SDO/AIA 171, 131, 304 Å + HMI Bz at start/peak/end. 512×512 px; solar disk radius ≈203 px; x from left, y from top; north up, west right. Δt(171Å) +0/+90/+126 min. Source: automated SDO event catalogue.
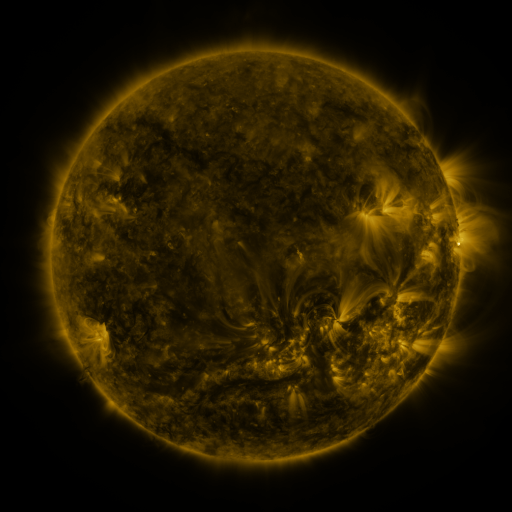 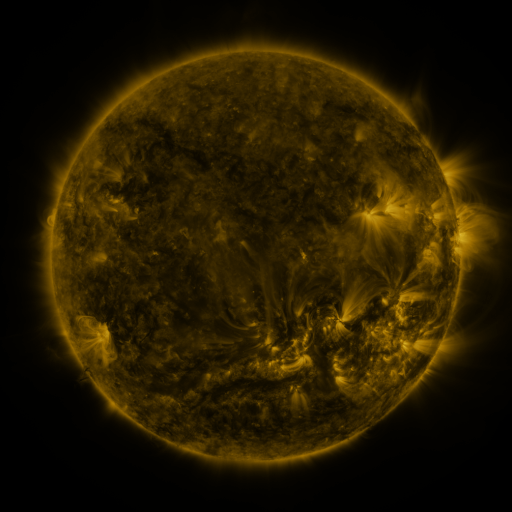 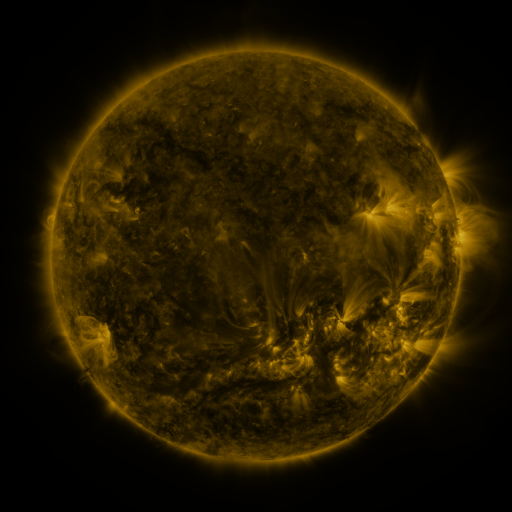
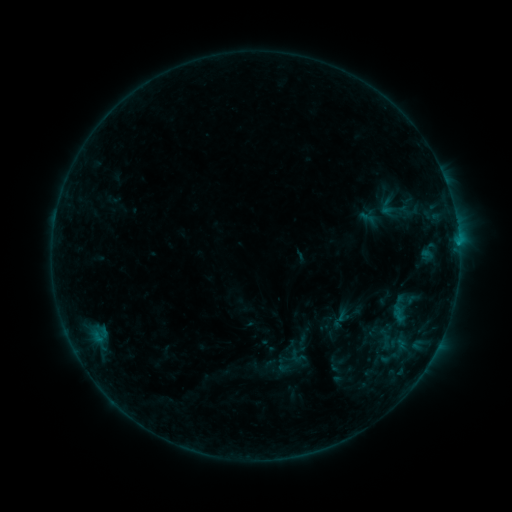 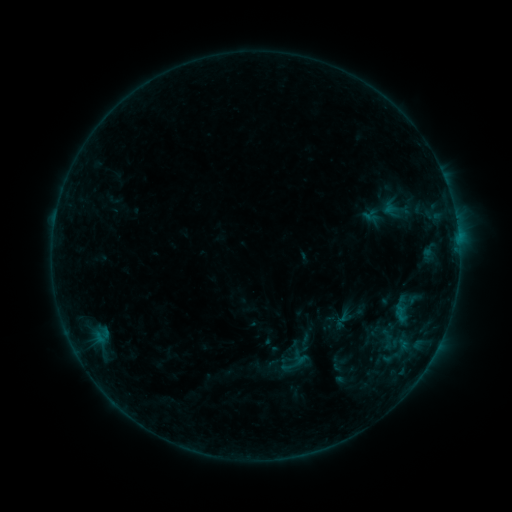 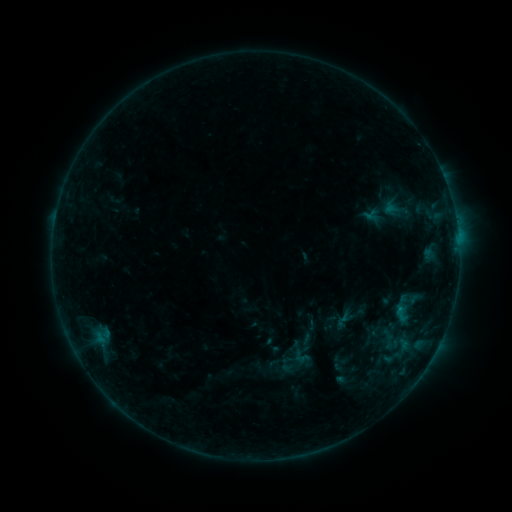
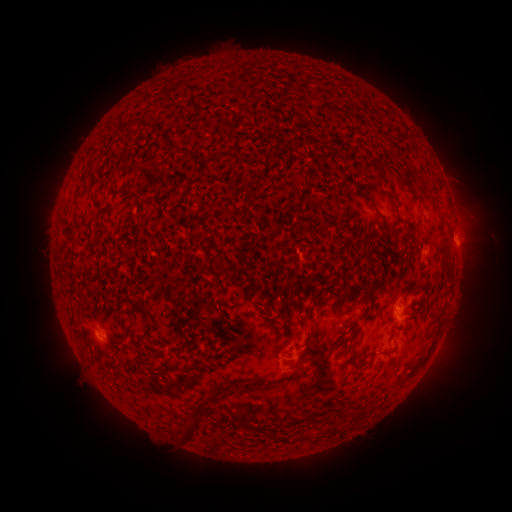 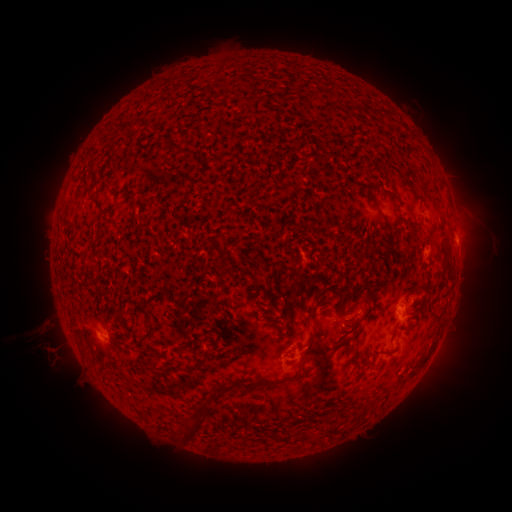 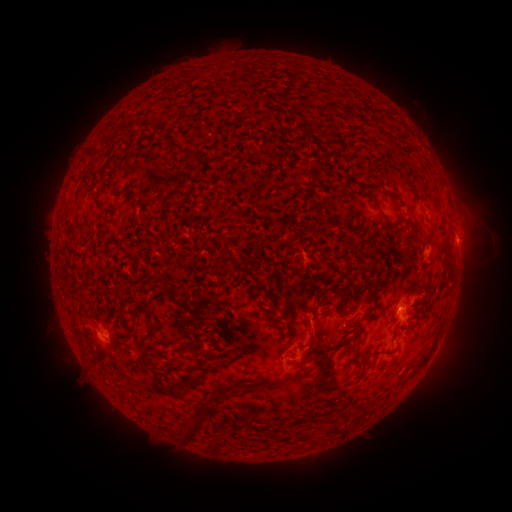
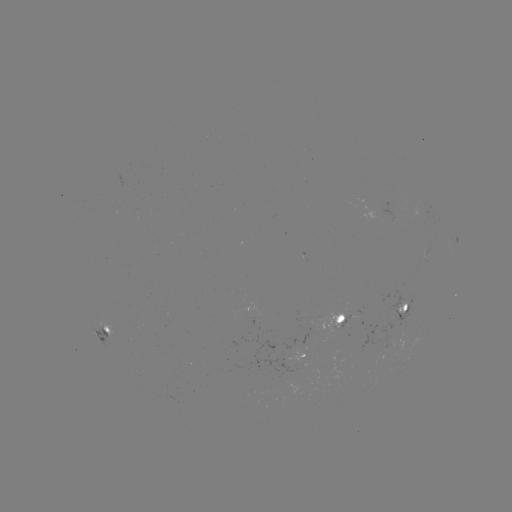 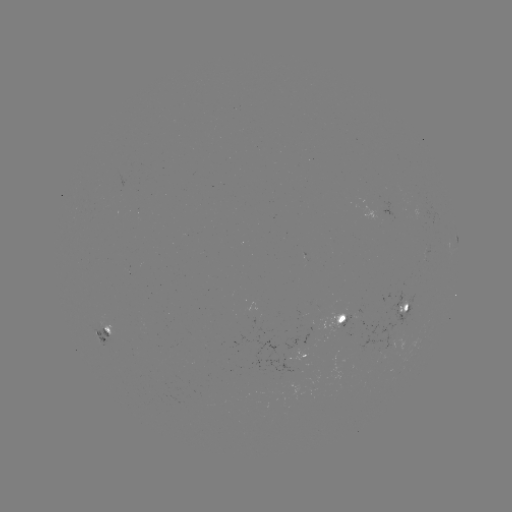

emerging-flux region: <bbox>421, 245, 429, 261</bbox>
